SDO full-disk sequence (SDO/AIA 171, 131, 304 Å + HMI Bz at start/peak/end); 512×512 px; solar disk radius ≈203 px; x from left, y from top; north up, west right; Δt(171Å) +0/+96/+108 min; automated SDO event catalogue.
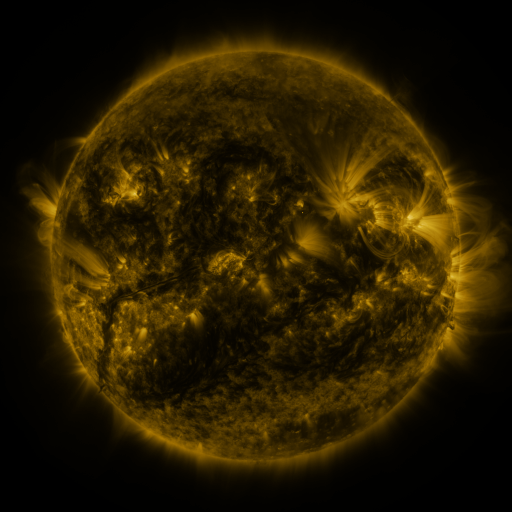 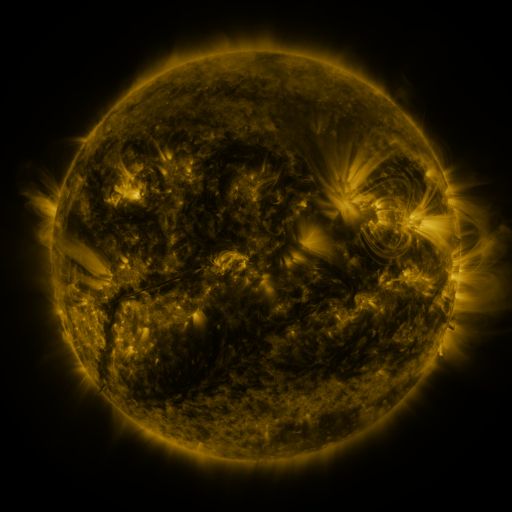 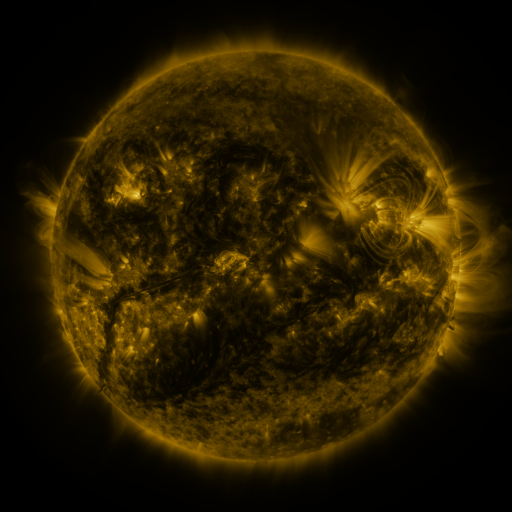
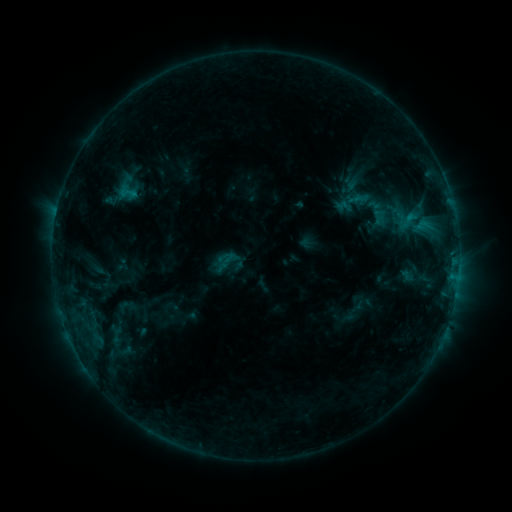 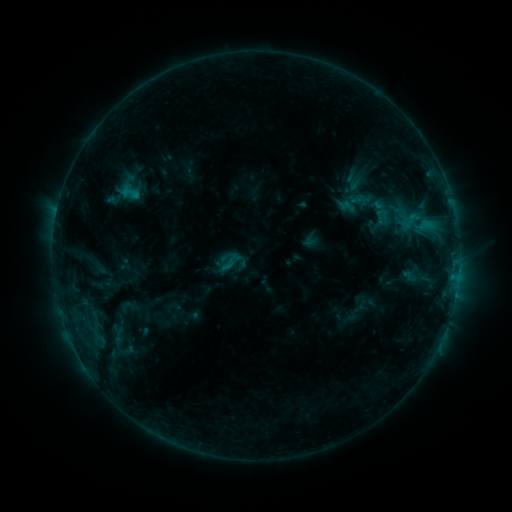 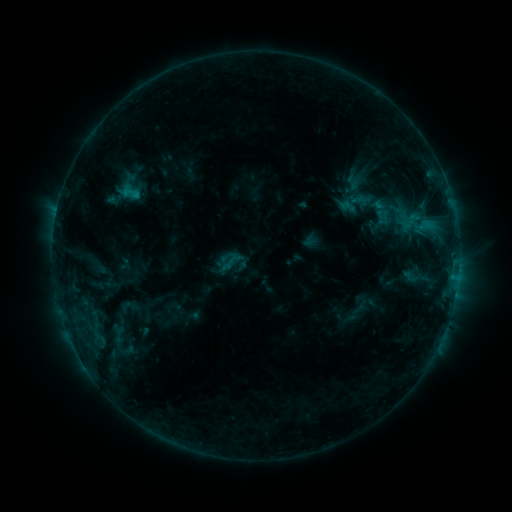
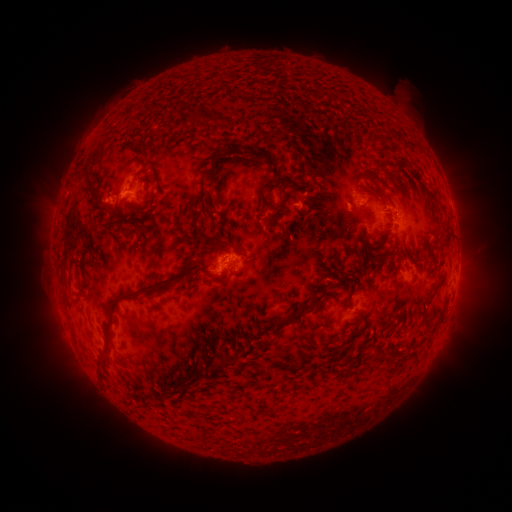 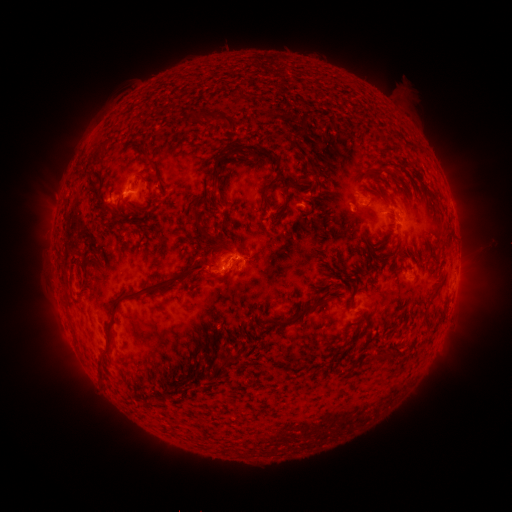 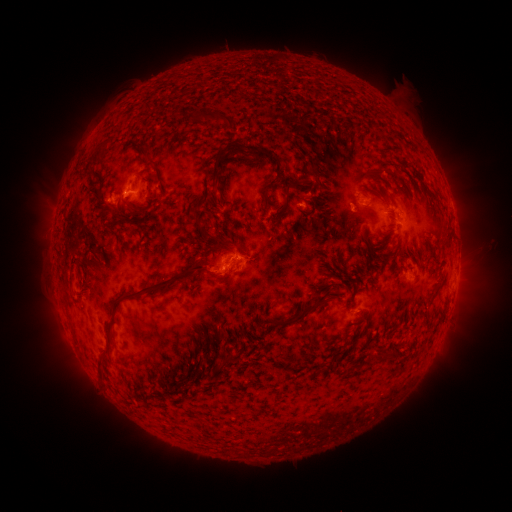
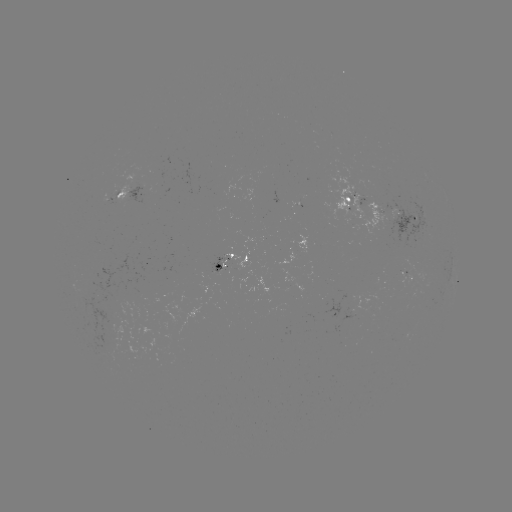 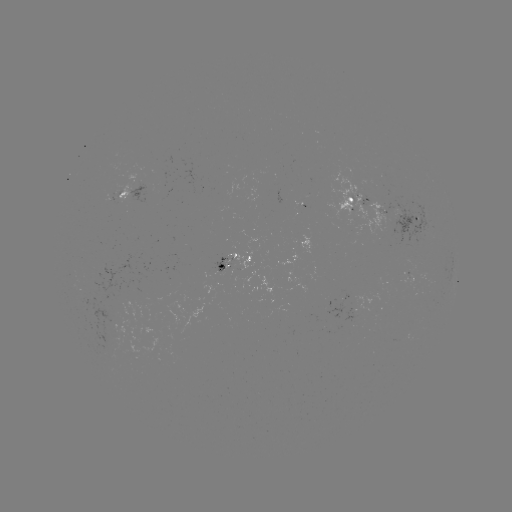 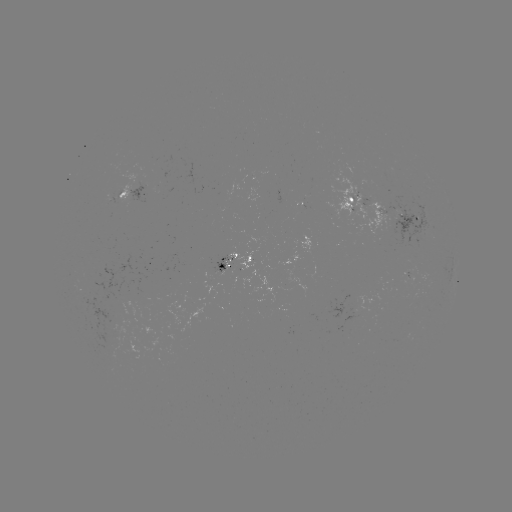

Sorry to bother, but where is emerging-flux region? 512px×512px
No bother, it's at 222,269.